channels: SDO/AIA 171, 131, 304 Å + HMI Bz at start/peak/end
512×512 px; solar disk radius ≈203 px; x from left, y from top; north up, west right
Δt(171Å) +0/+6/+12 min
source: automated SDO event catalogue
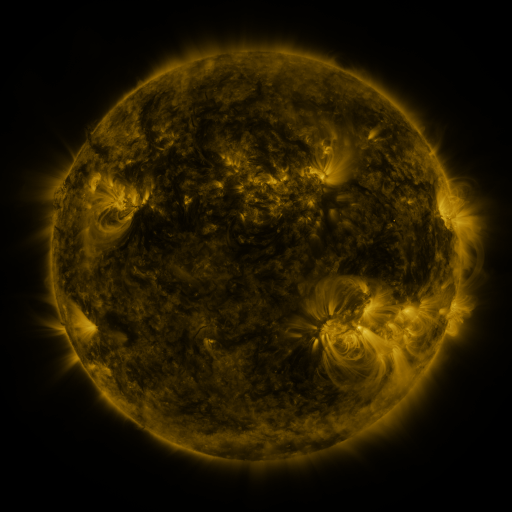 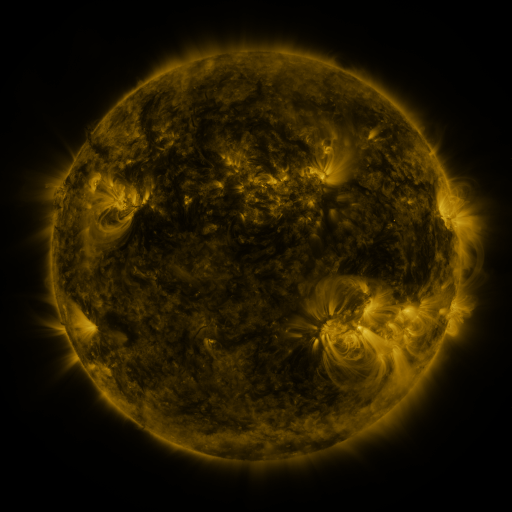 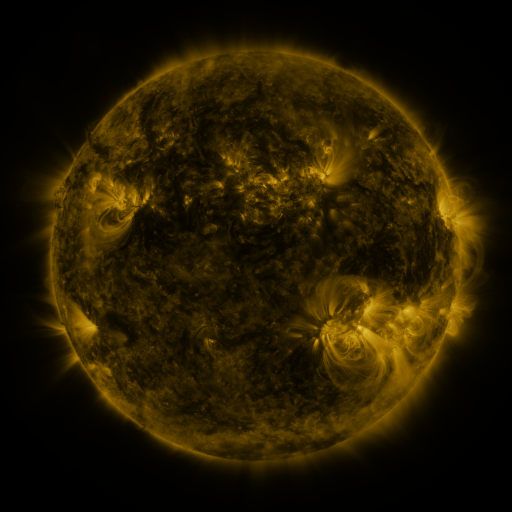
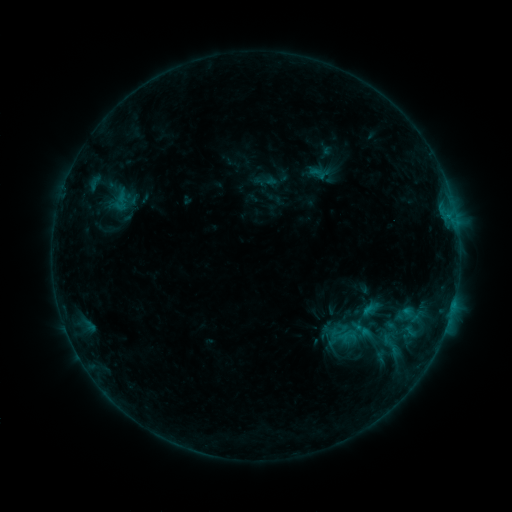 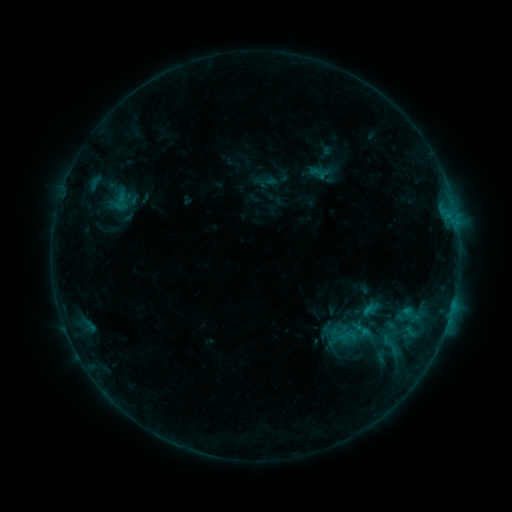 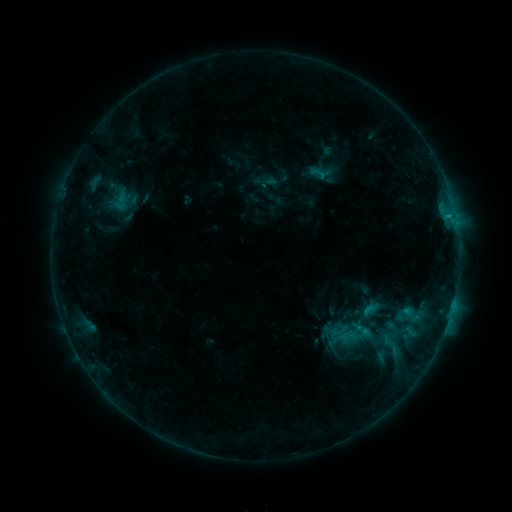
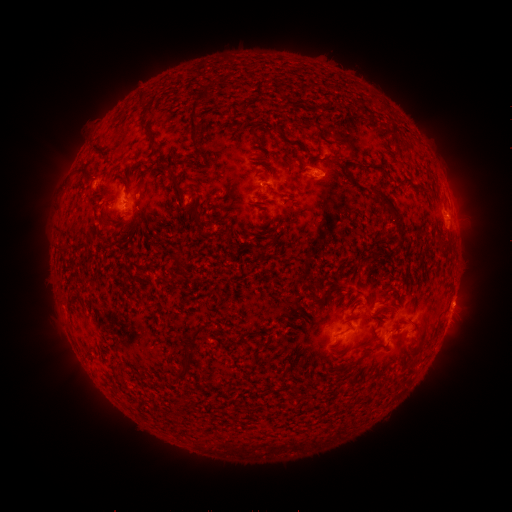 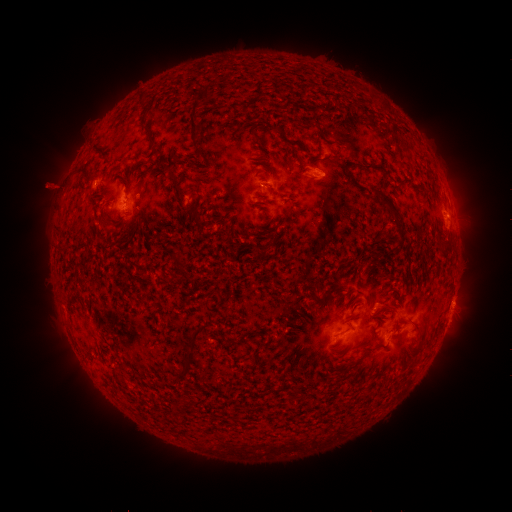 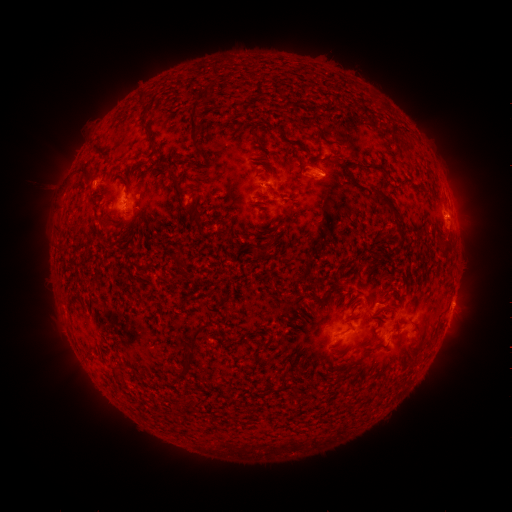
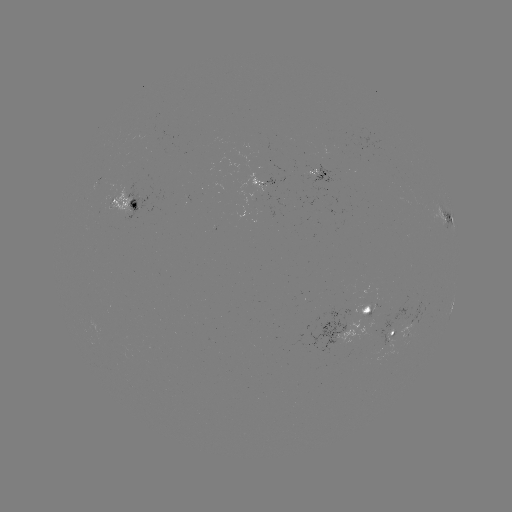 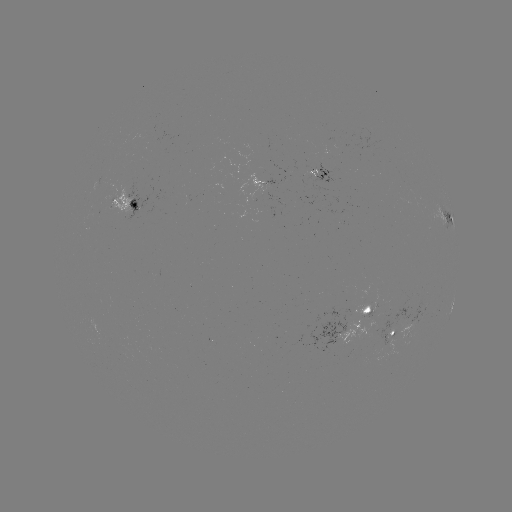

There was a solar eruption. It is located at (51, 185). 